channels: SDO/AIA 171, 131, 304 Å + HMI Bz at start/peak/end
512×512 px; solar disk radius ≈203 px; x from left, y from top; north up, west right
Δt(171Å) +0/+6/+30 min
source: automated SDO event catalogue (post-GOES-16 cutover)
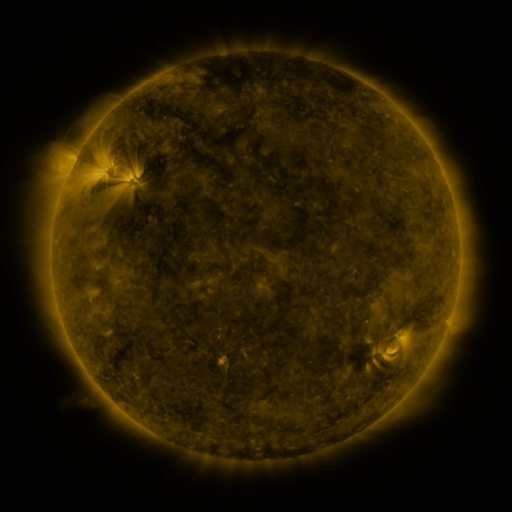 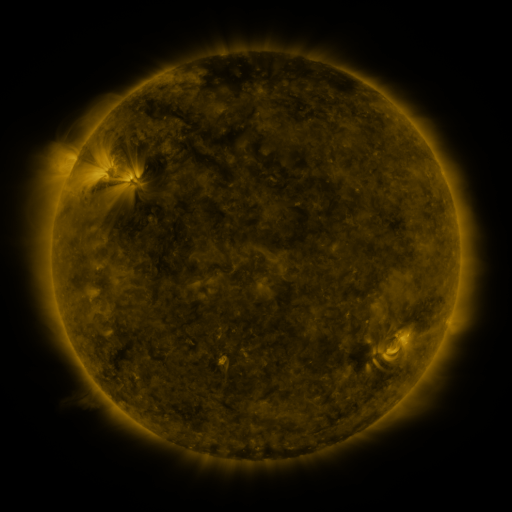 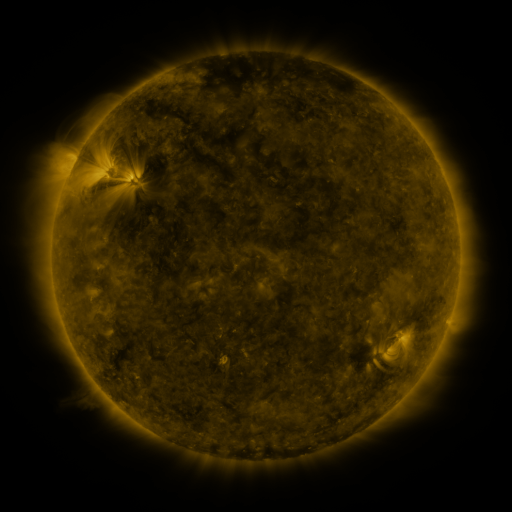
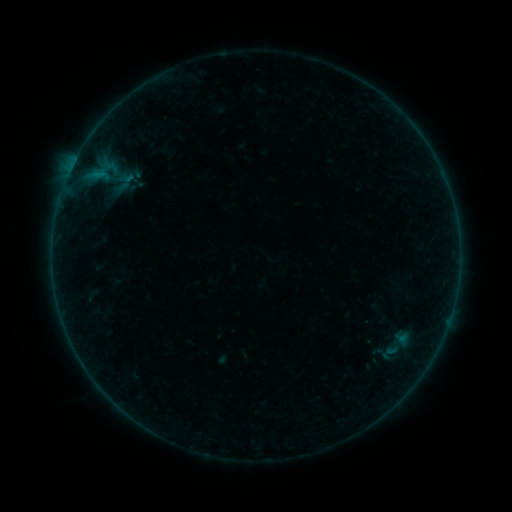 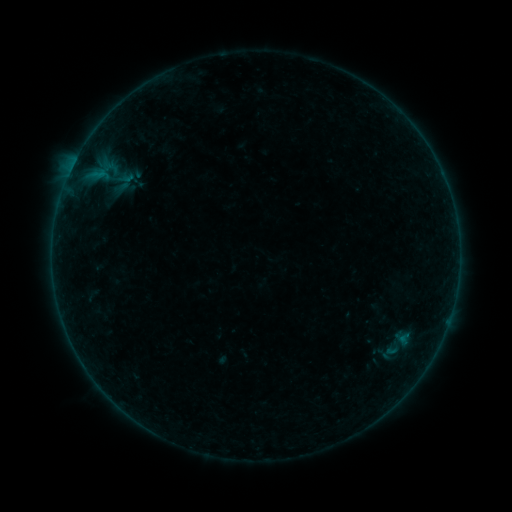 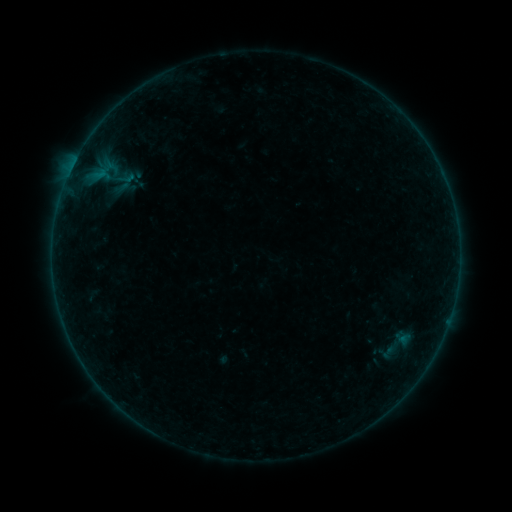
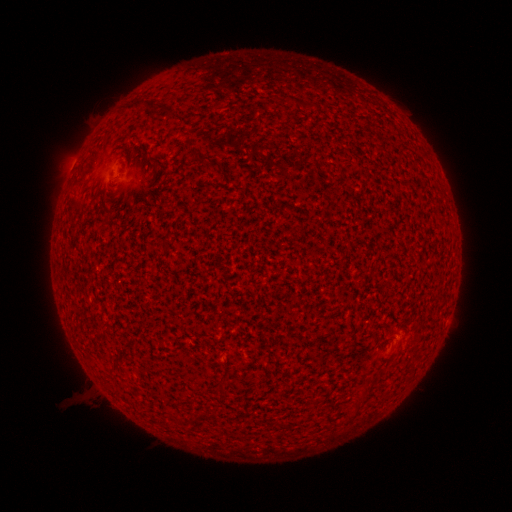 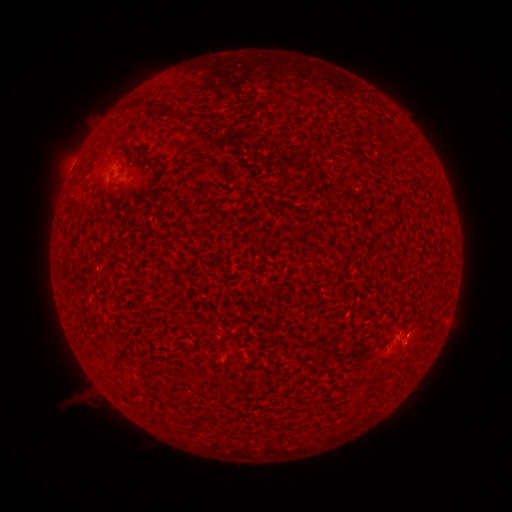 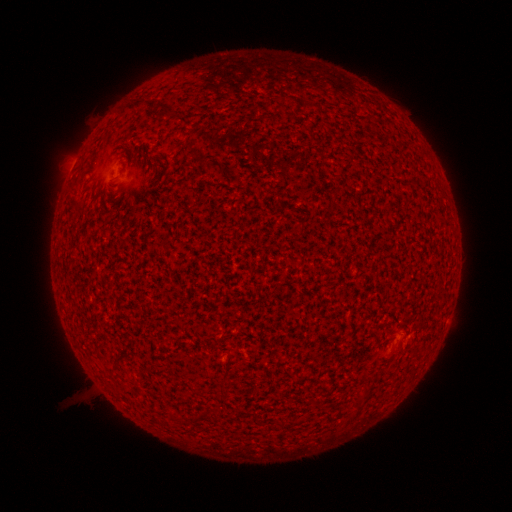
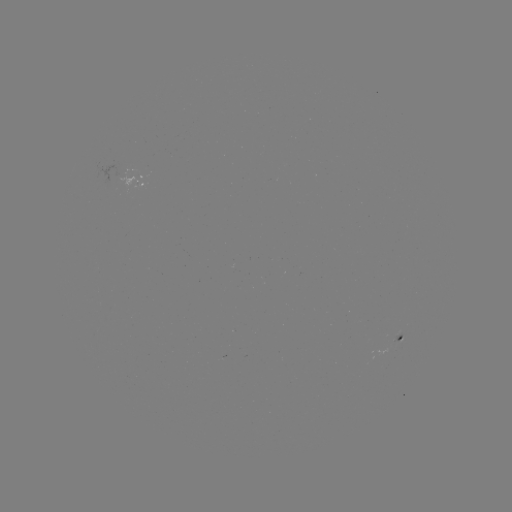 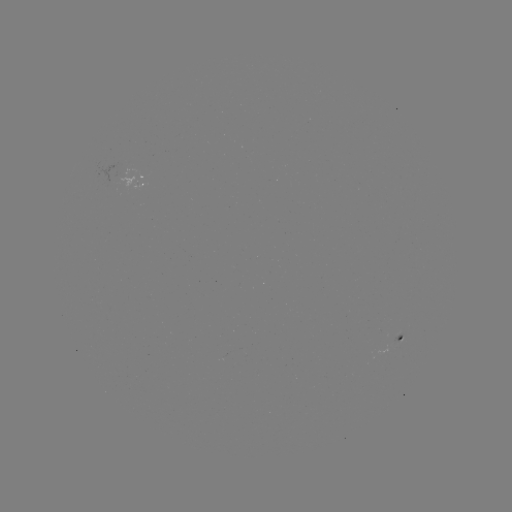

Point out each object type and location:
A5.4 flare: (406, 337)
